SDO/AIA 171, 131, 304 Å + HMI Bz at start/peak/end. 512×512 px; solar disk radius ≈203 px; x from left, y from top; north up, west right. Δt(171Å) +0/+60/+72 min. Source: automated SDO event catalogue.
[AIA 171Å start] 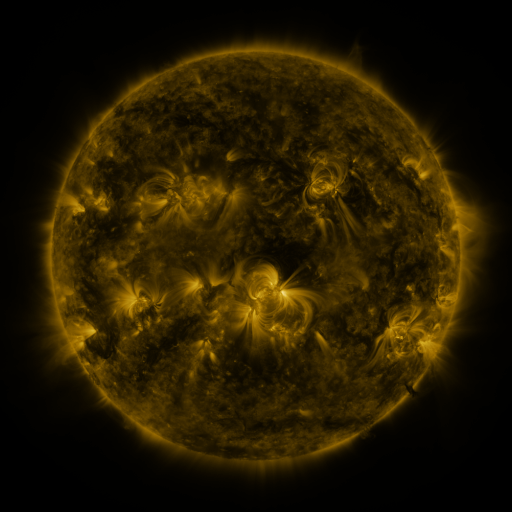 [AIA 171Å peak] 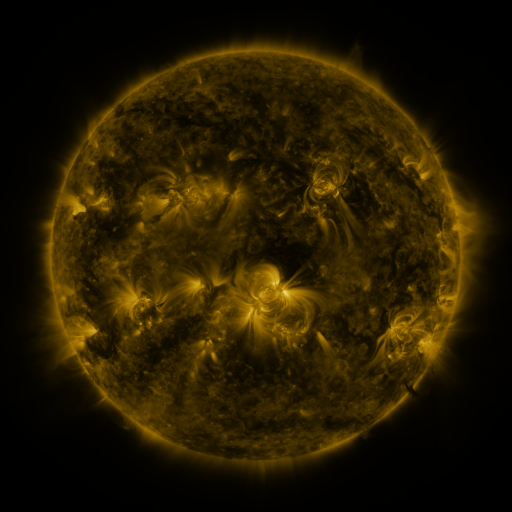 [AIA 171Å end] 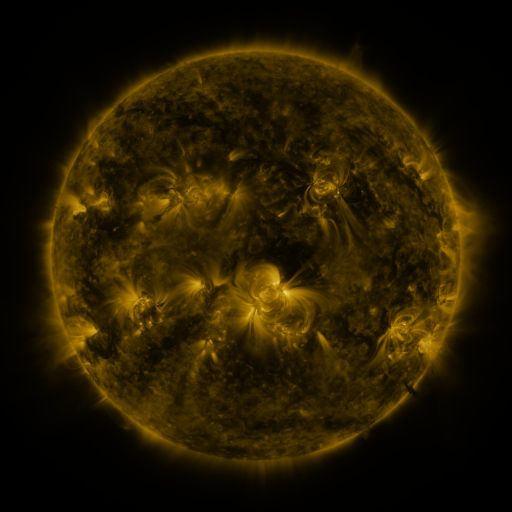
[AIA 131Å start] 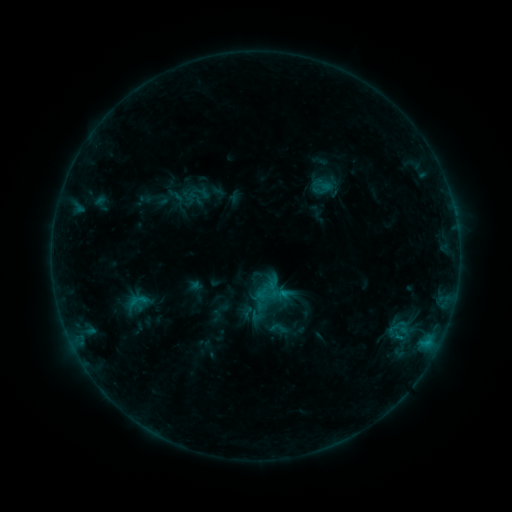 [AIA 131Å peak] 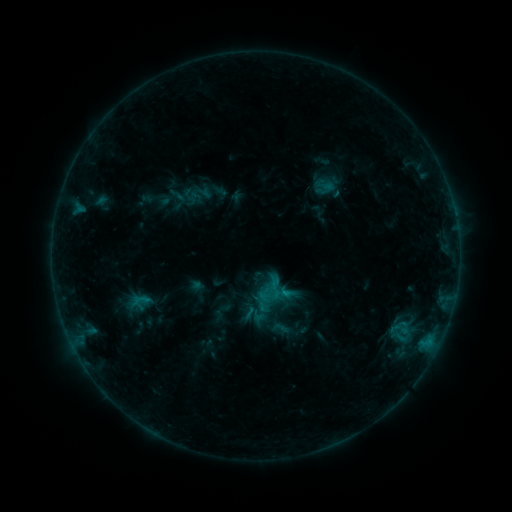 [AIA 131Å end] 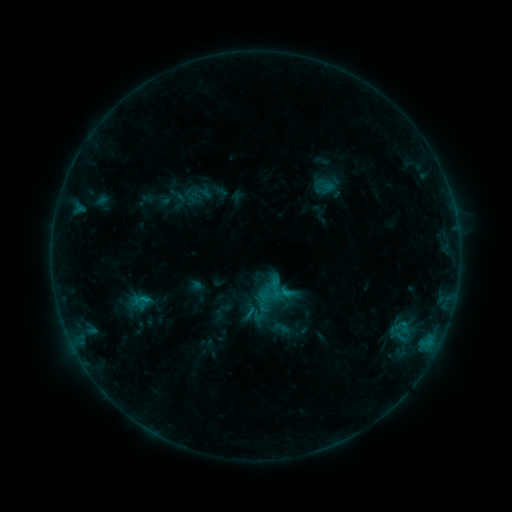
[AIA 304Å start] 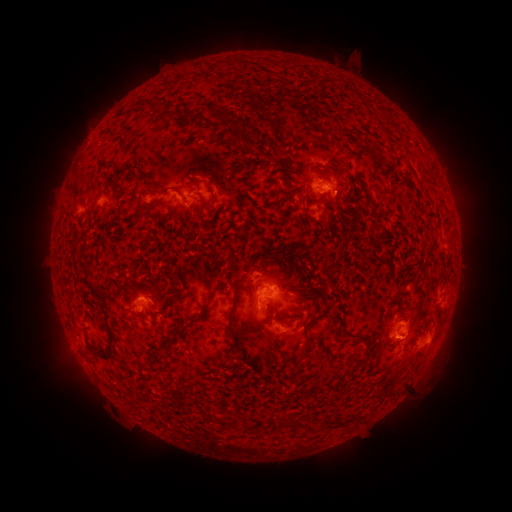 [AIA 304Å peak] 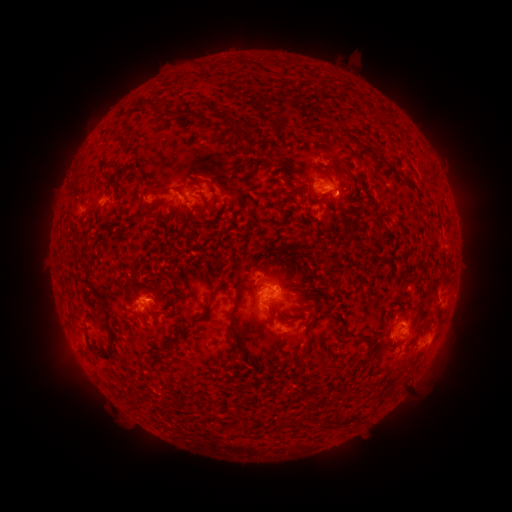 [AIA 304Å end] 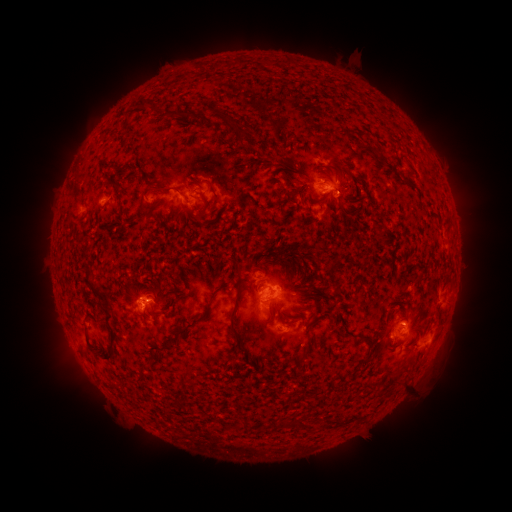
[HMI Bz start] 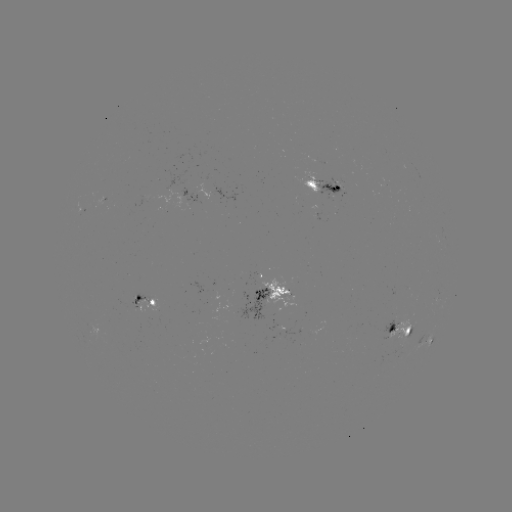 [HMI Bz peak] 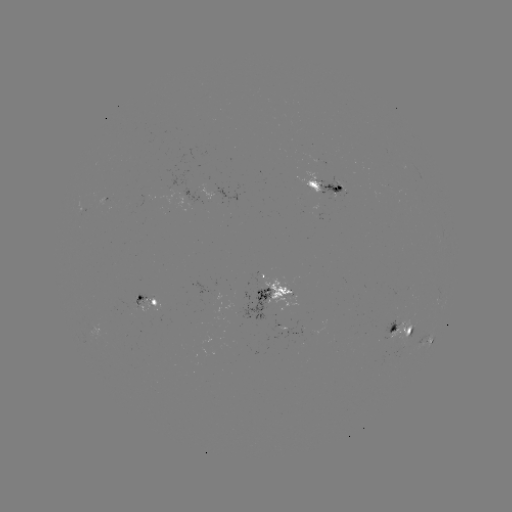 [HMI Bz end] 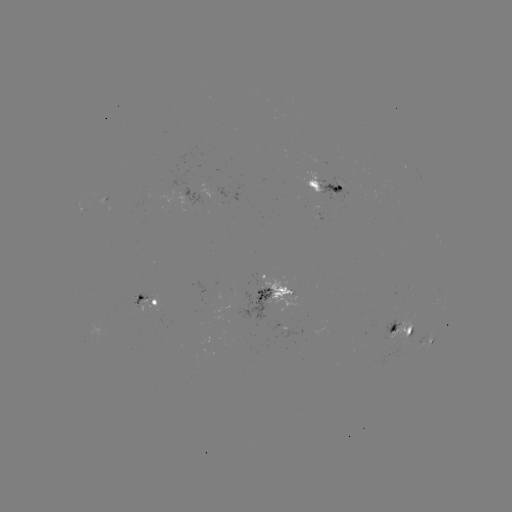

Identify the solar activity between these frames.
emerging-flux region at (260, 294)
